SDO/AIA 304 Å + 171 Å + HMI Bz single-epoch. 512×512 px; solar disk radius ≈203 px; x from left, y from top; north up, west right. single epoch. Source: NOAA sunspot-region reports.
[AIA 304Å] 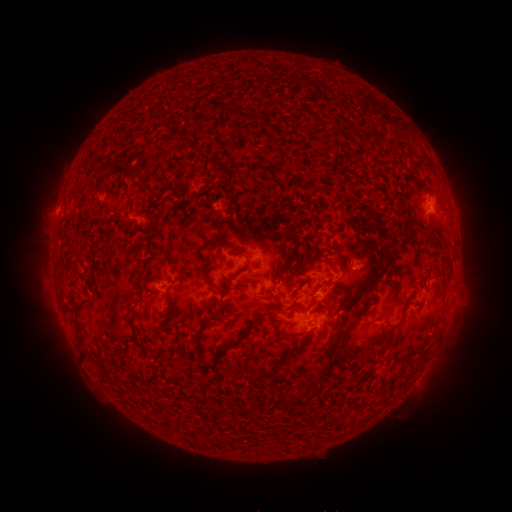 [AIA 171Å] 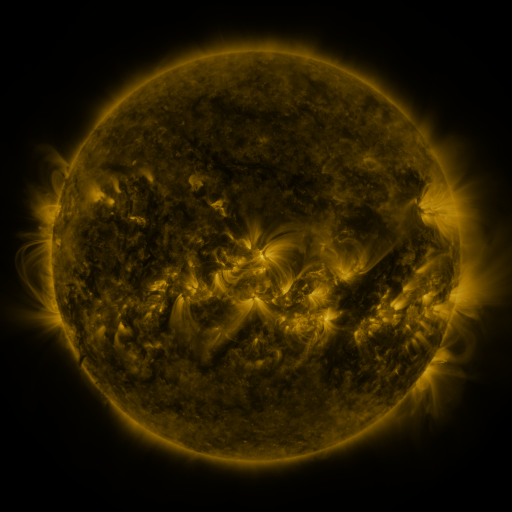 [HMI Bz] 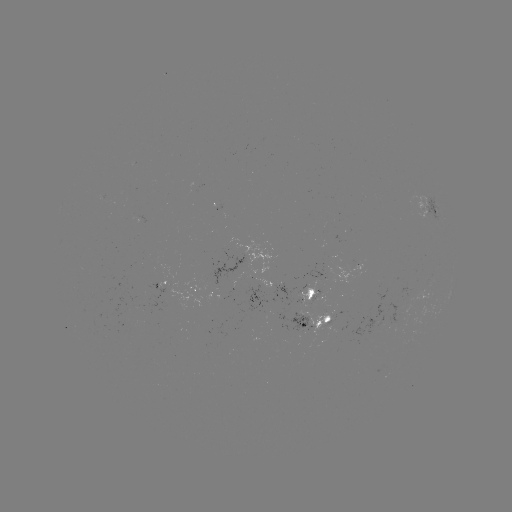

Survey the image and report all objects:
spotted active region: (430, 207)
spotted active region: (360, 263)
spotted active region: (165, 281)
spotted active region: (198, 290)
spotted active region: (427, 292)
spotted active region: (313, 293)
spotted active region: (320, 318)
